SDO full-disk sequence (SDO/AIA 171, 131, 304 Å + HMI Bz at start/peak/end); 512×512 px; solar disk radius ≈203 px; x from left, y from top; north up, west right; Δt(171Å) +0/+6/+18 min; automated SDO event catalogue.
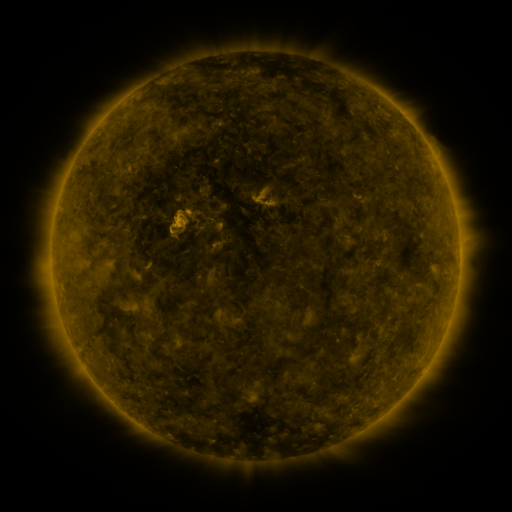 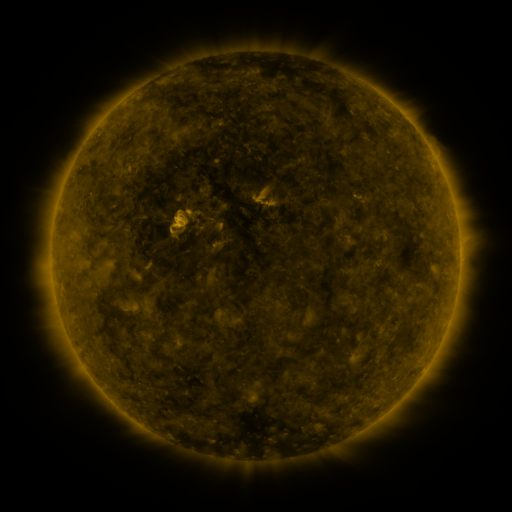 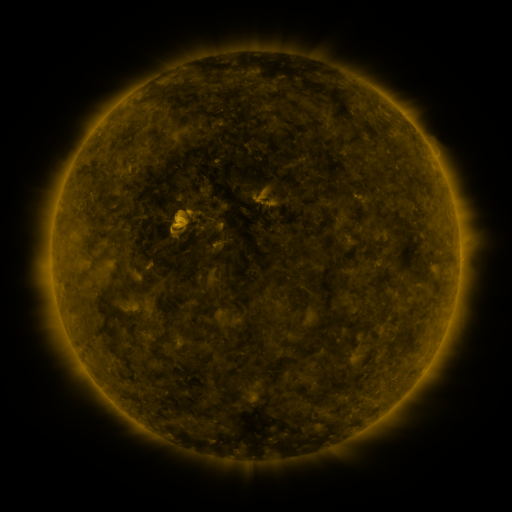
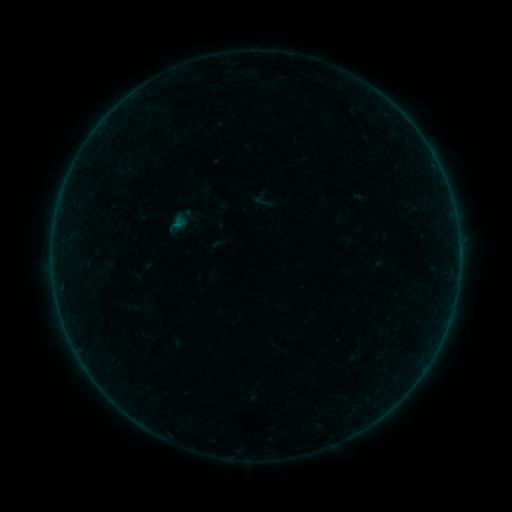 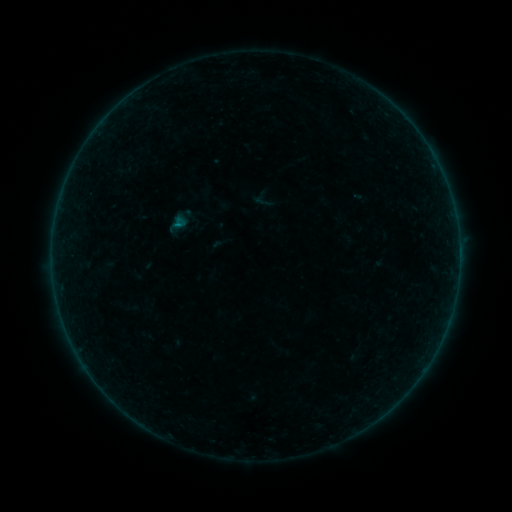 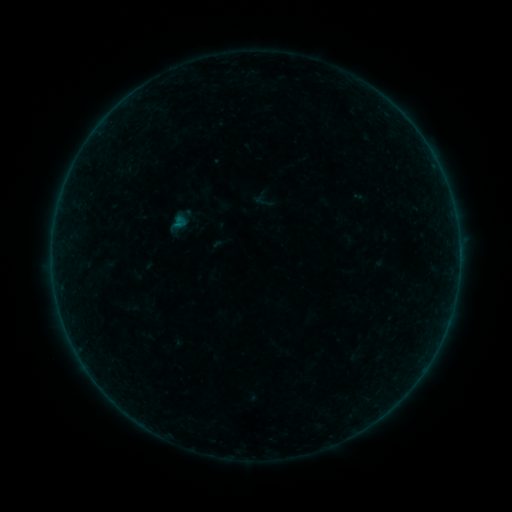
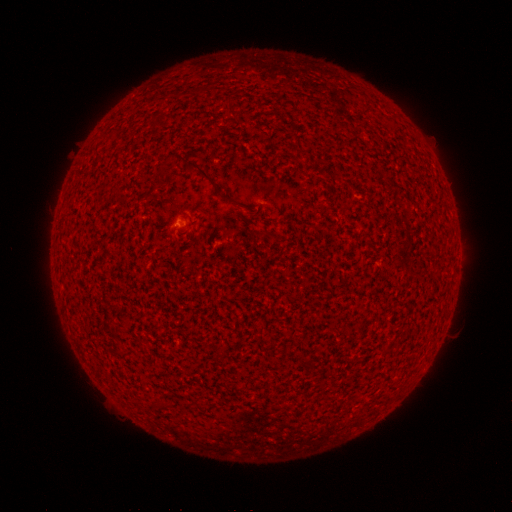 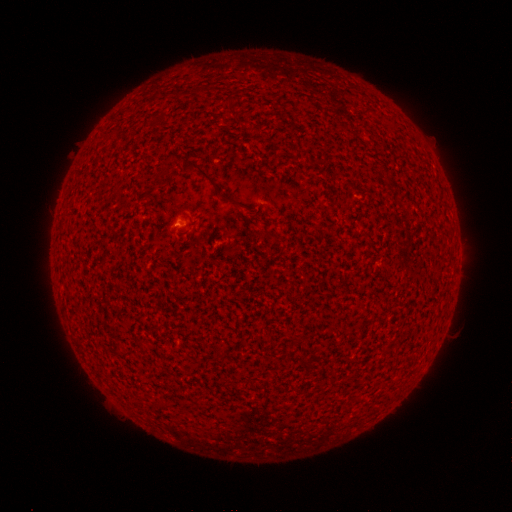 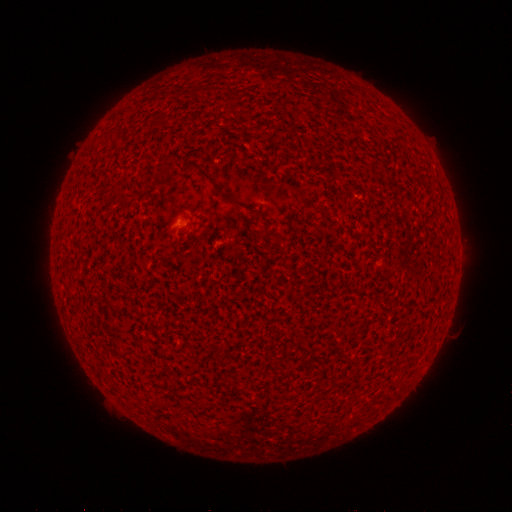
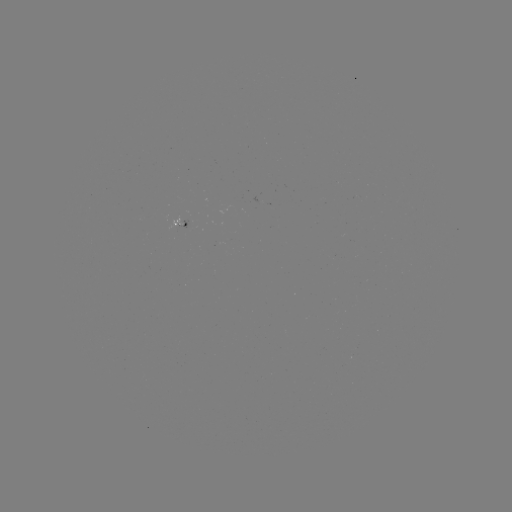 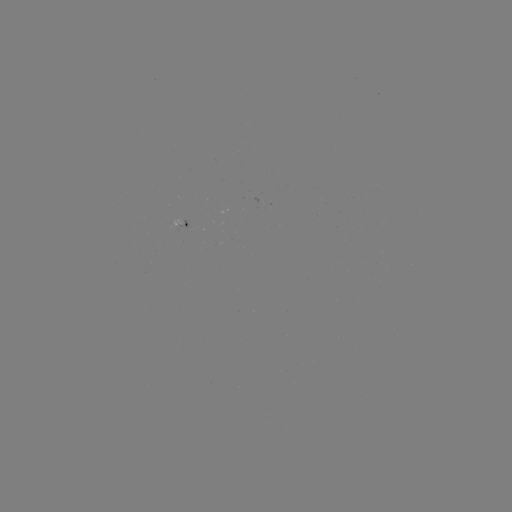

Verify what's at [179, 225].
A3.7 flare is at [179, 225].